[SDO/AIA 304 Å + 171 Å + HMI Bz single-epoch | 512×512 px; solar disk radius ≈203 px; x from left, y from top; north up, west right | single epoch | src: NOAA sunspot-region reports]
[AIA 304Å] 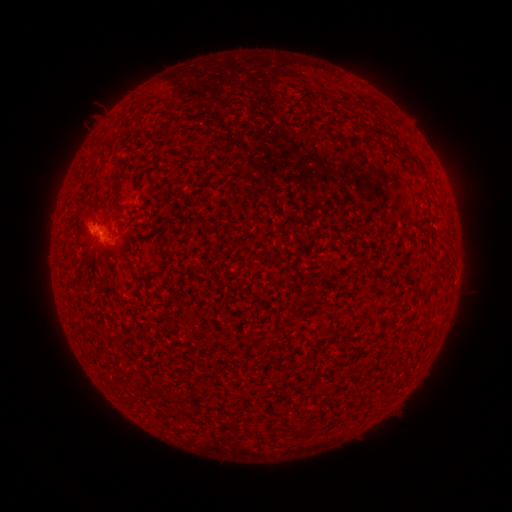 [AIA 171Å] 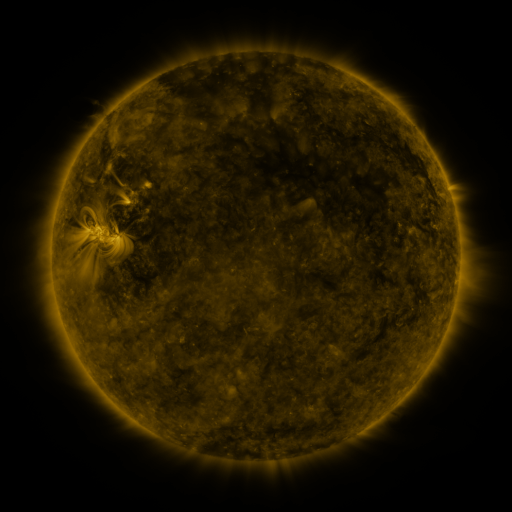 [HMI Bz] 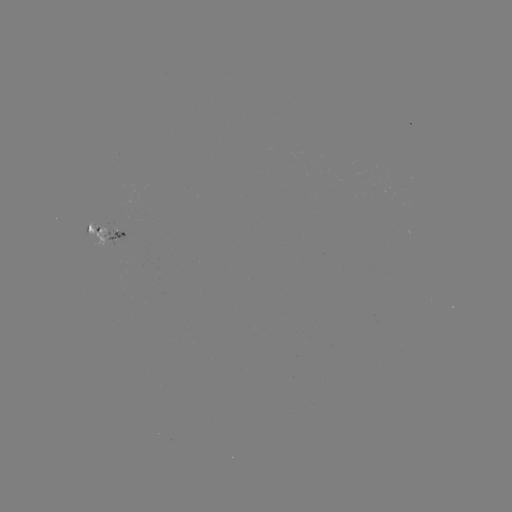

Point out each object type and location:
spotted active region: (105, 232)
